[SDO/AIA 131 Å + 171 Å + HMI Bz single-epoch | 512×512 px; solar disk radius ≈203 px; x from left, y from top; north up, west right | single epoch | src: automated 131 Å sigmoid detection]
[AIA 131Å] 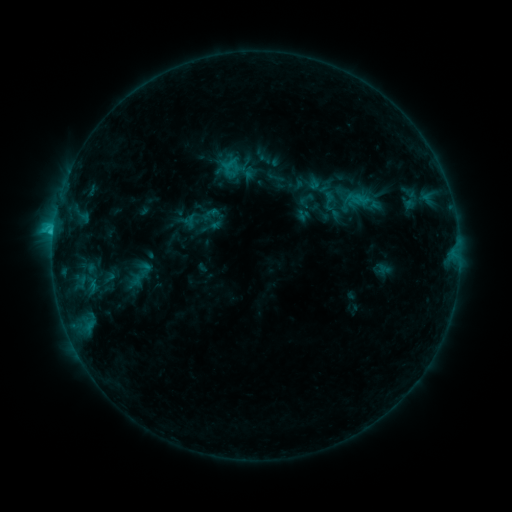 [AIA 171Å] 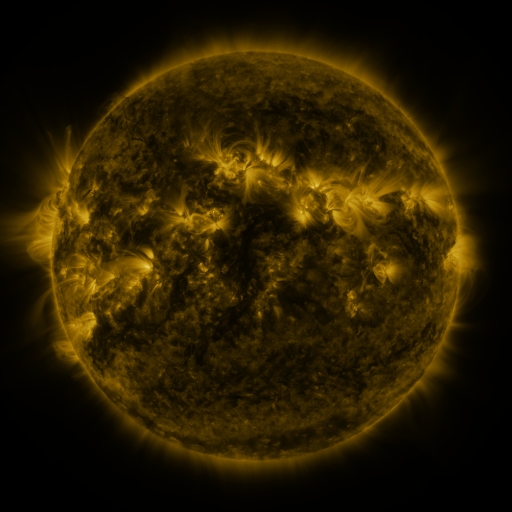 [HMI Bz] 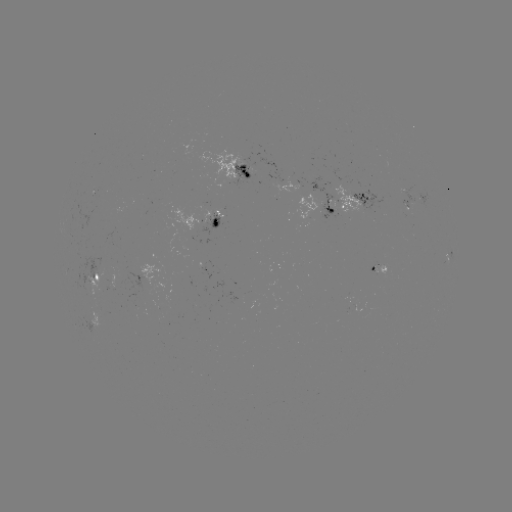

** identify sigmoid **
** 145,269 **